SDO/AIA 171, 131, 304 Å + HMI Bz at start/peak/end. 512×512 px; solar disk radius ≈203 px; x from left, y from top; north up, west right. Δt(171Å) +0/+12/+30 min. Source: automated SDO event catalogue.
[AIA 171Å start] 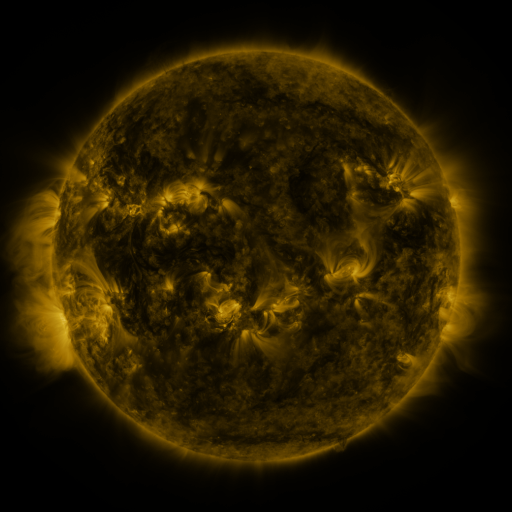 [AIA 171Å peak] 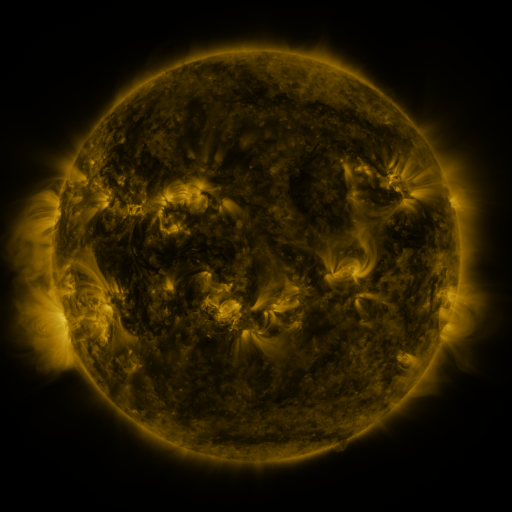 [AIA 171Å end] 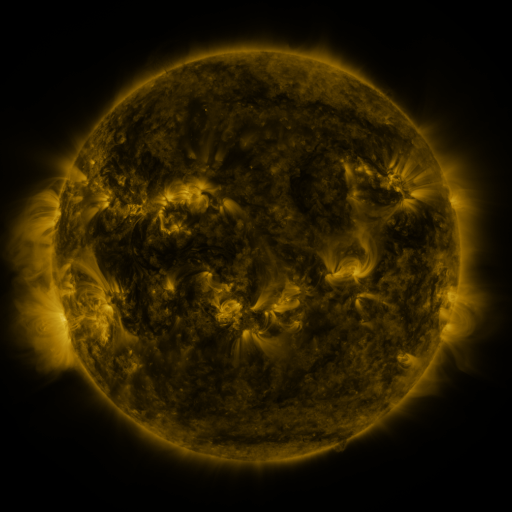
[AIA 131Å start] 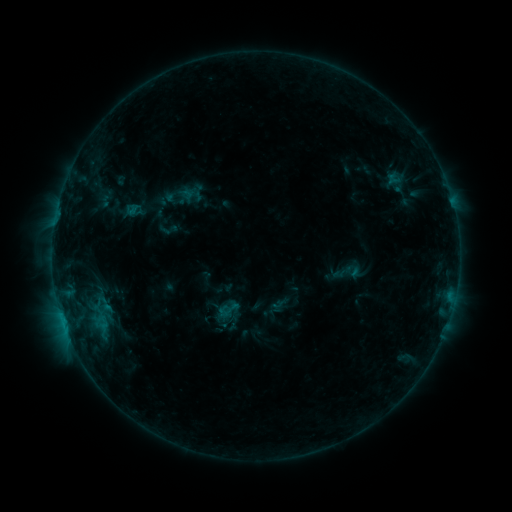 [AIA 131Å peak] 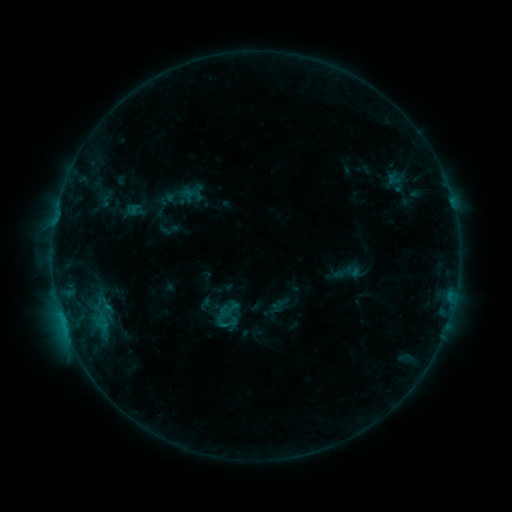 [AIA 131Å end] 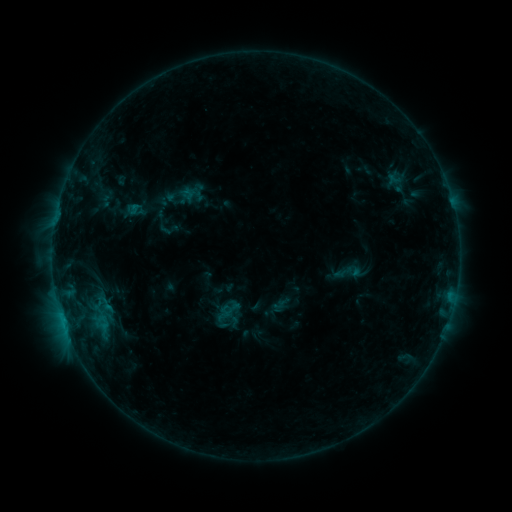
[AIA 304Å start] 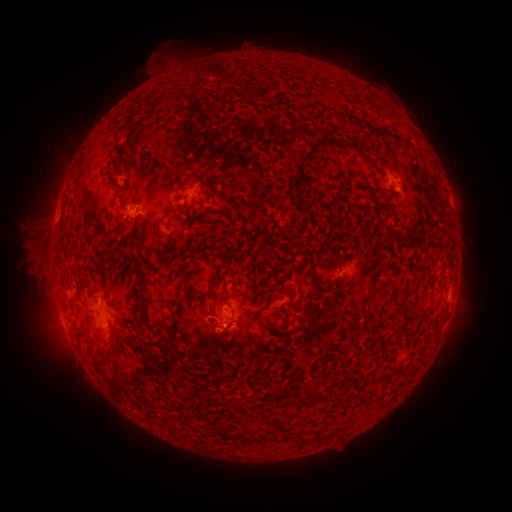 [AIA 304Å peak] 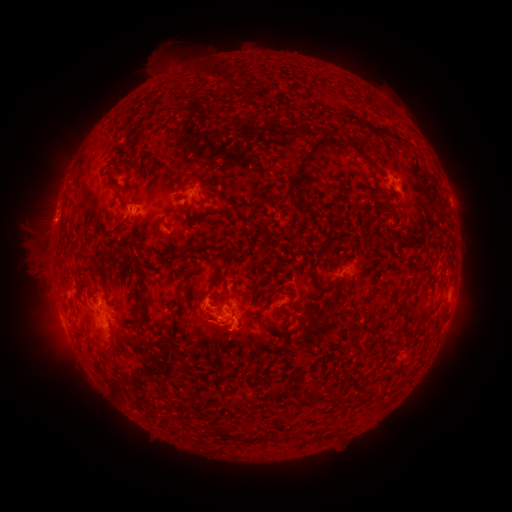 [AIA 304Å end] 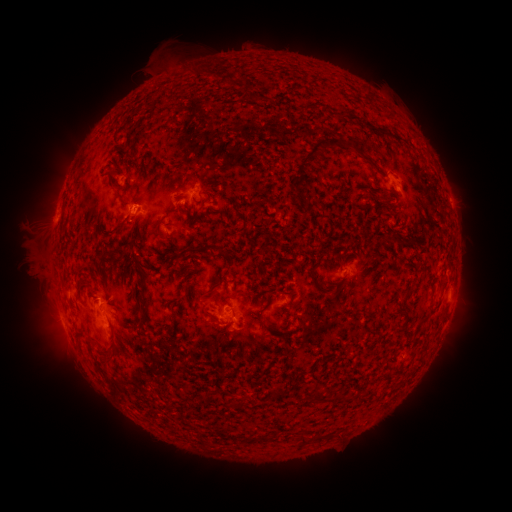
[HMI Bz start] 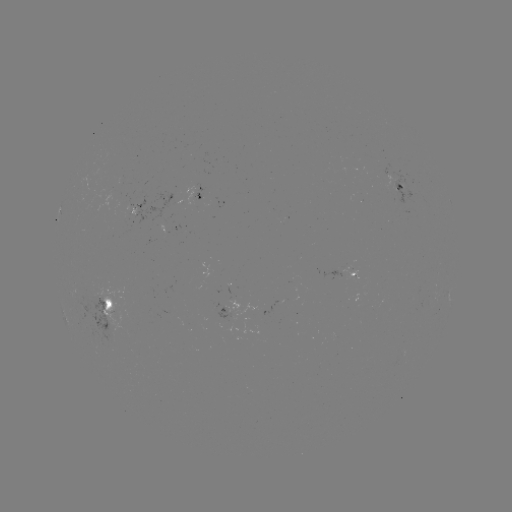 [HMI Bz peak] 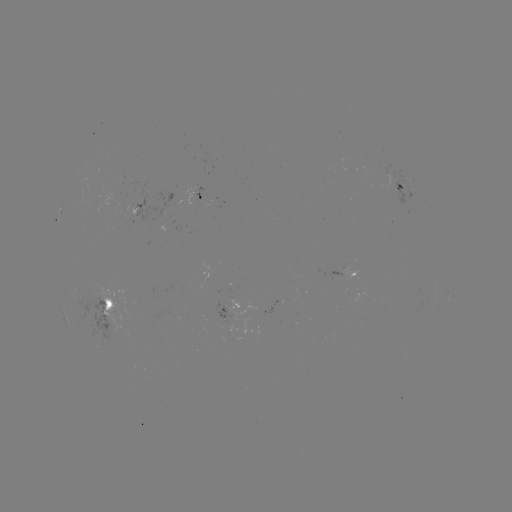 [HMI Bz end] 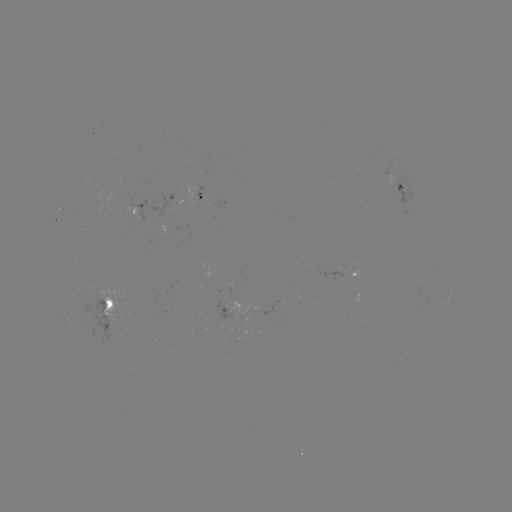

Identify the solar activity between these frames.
B5.0 flare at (224, 324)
